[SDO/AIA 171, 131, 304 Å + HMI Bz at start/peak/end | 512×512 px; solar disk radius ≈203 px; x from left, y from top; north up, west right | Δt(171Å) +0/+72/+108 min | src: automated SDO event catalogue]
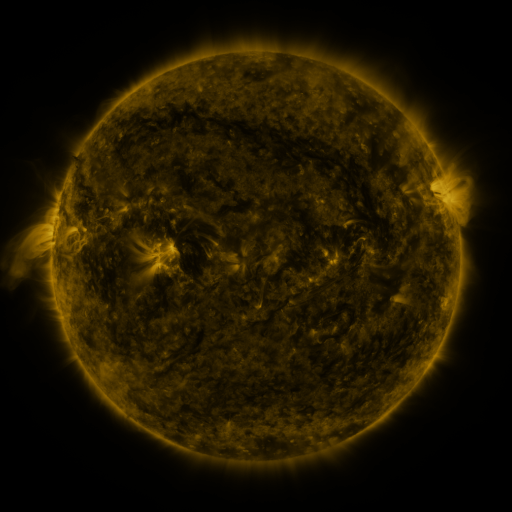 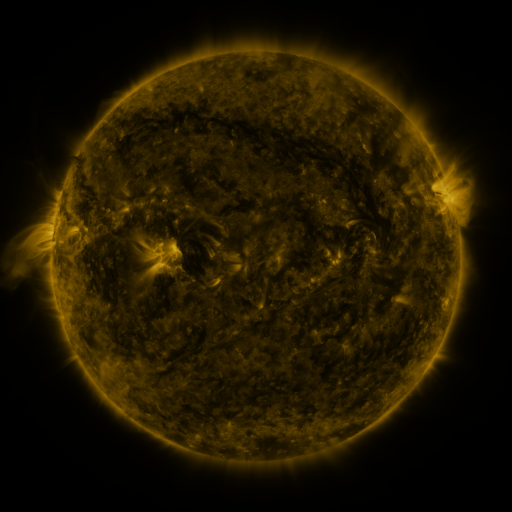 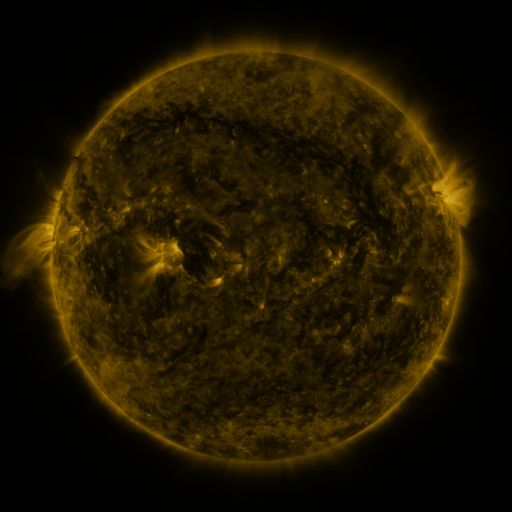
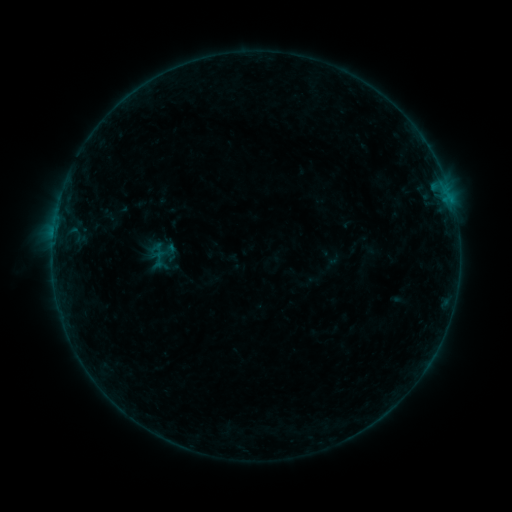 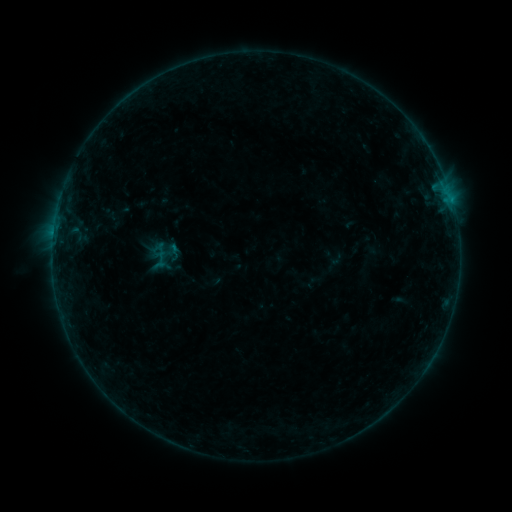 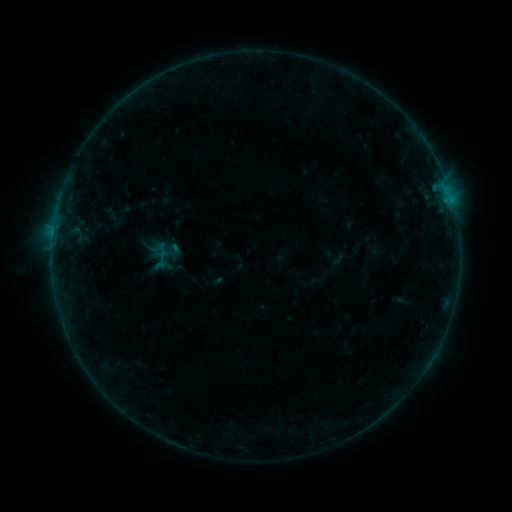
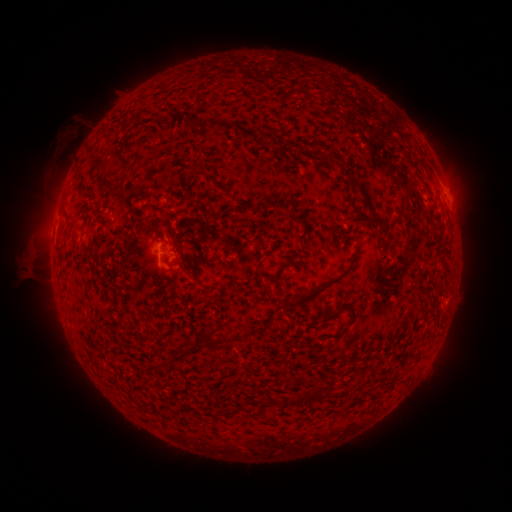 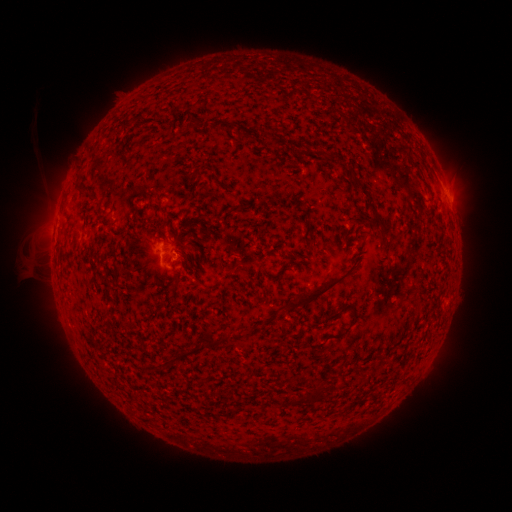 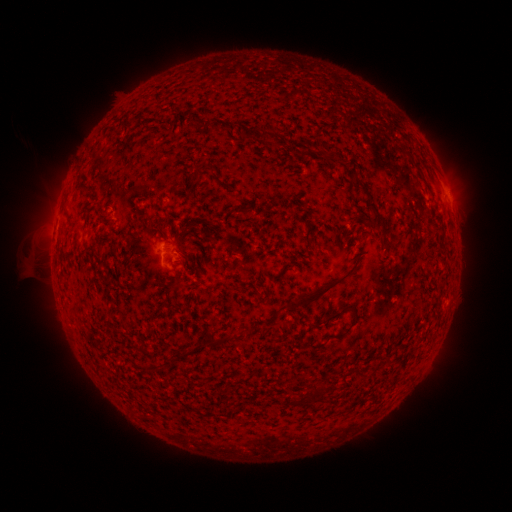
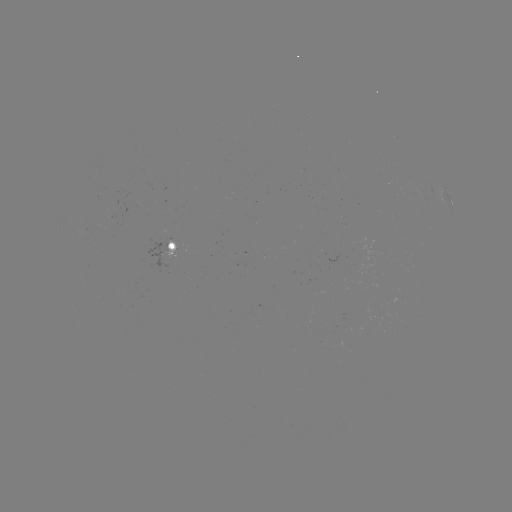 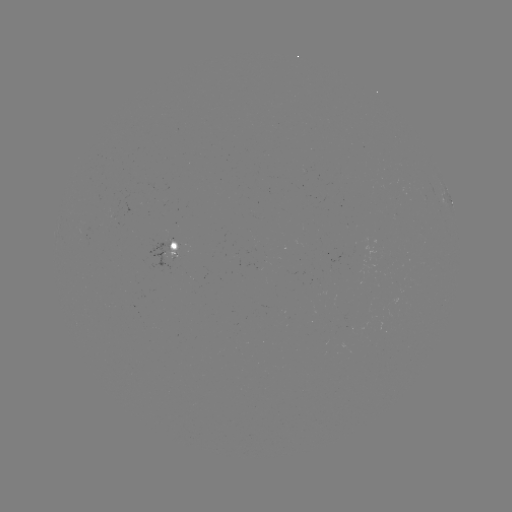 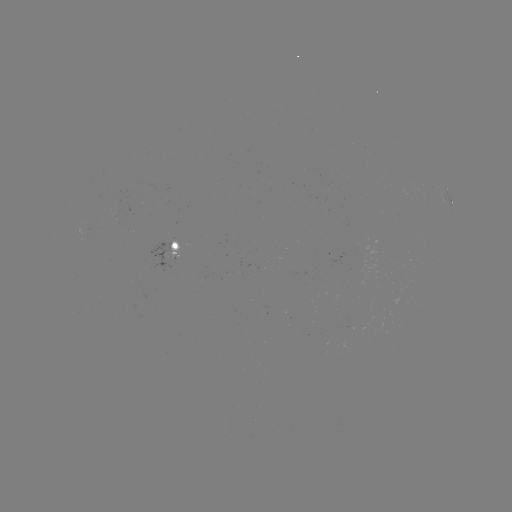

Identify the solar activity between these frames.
emerging-flux region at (163, 245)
